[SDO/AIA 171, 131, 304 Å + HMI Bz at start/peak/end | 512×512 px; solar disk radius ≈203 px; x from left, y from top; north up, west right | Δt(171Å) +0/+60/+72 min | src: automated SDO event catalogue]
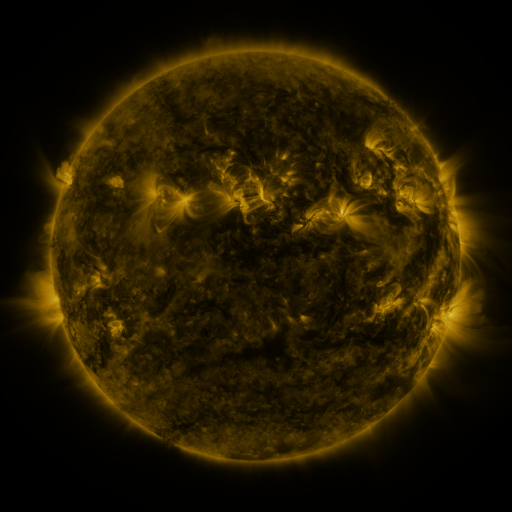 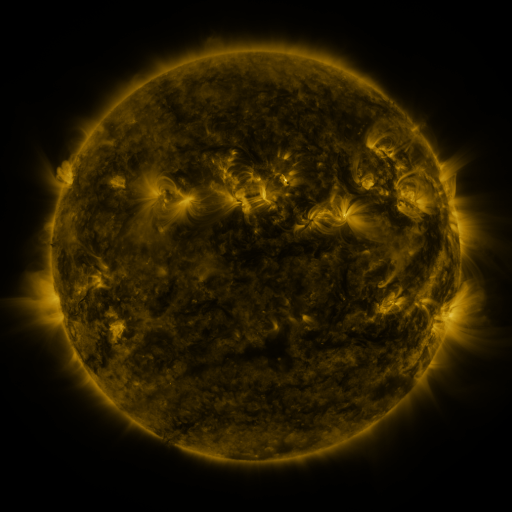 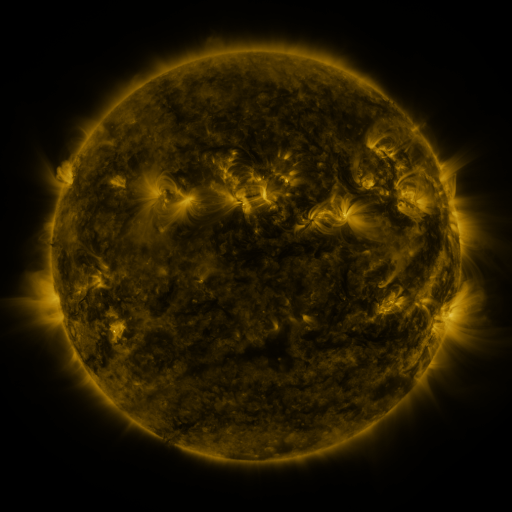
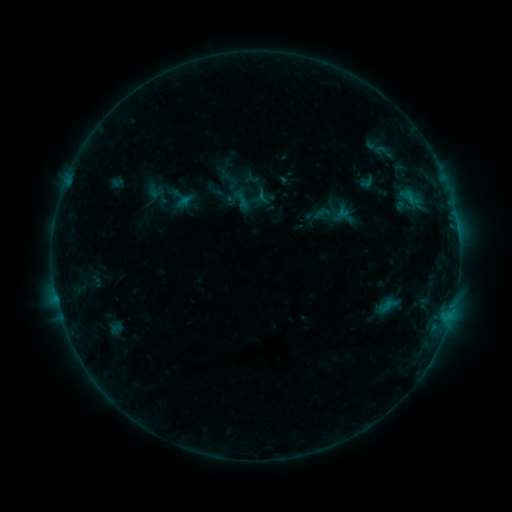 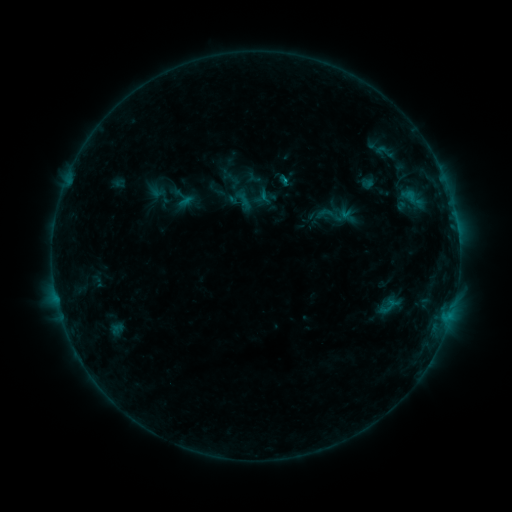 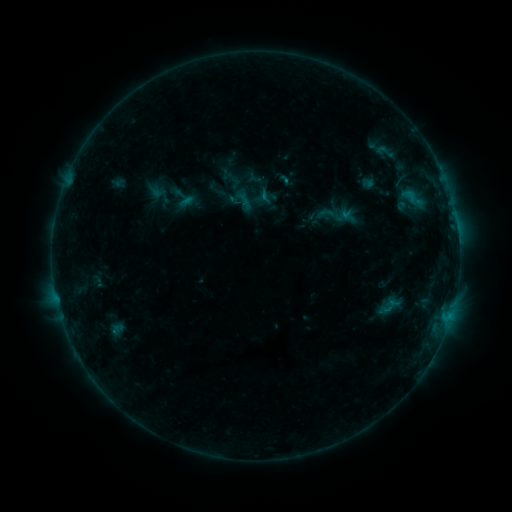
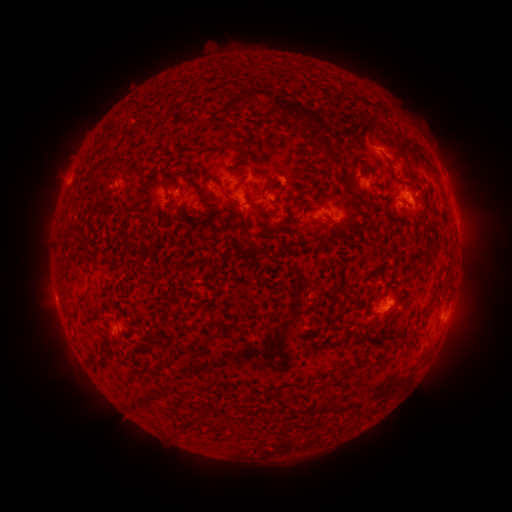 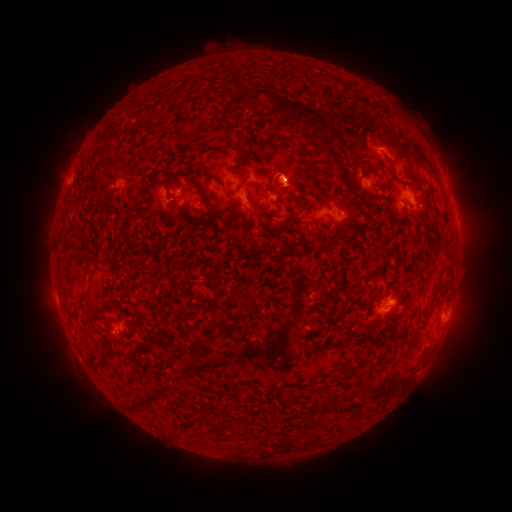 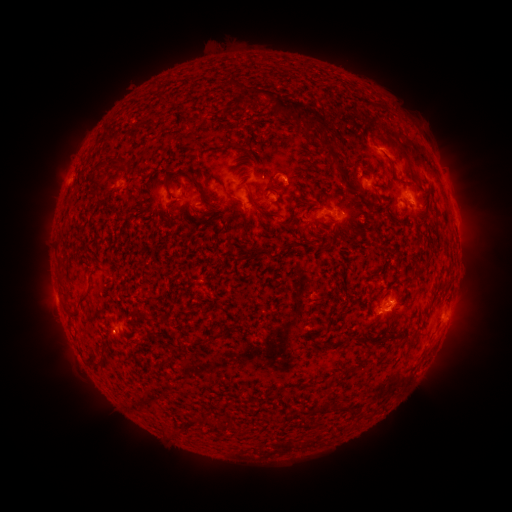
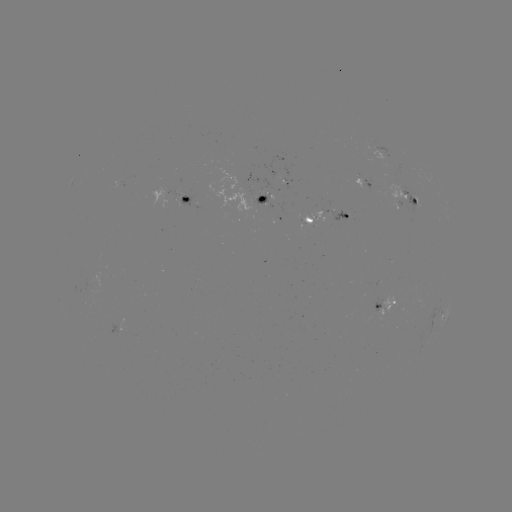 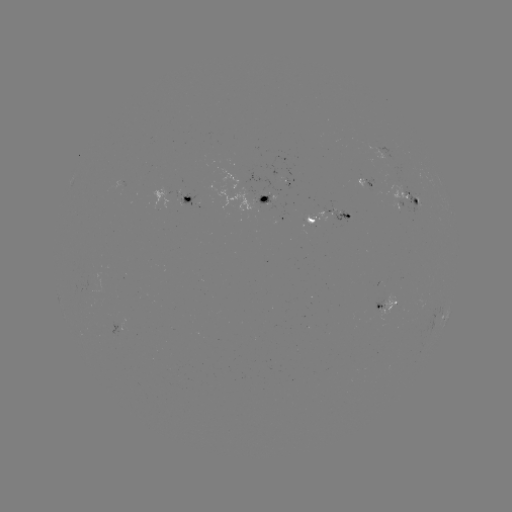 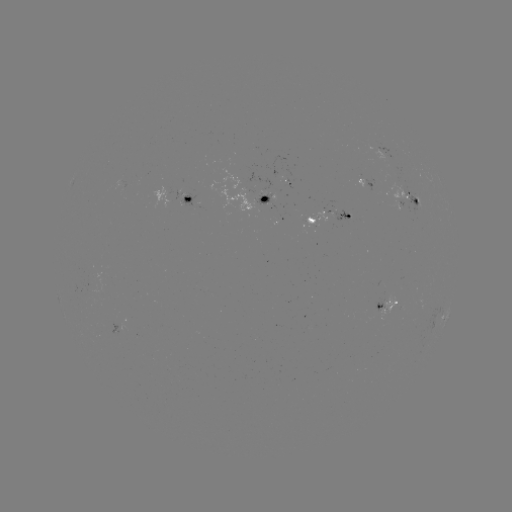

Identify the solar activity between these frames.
emerging-flux region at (398, 188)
